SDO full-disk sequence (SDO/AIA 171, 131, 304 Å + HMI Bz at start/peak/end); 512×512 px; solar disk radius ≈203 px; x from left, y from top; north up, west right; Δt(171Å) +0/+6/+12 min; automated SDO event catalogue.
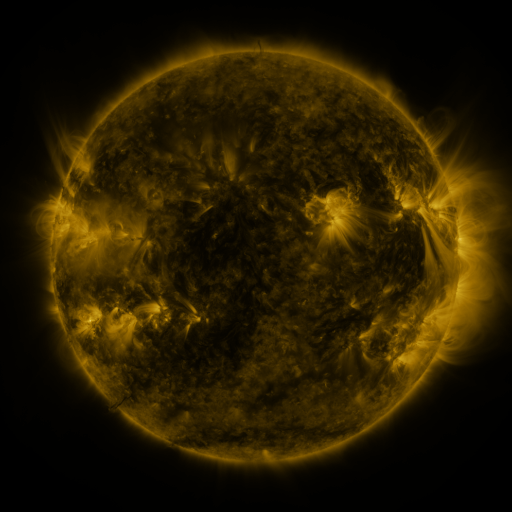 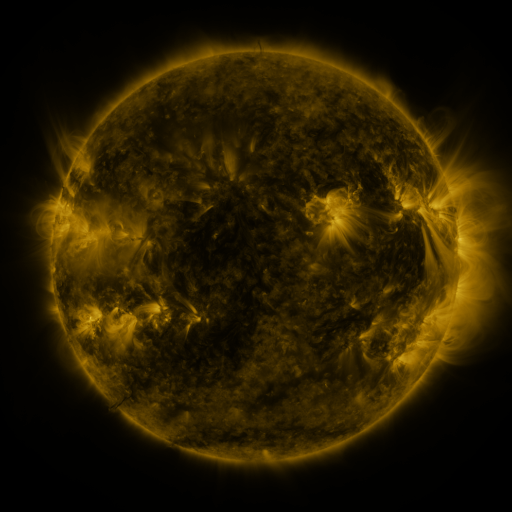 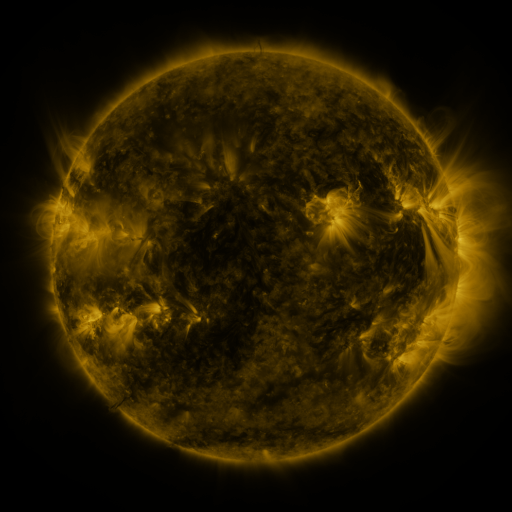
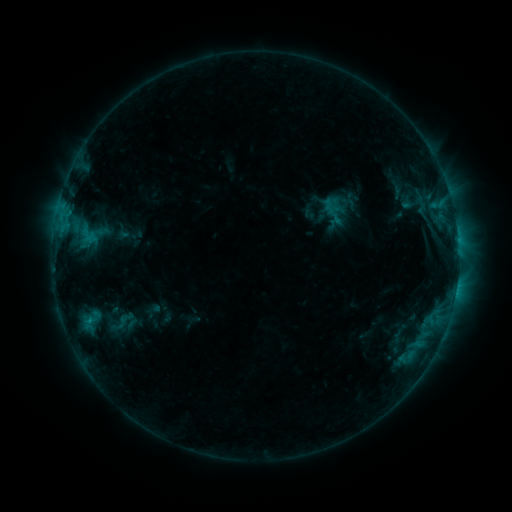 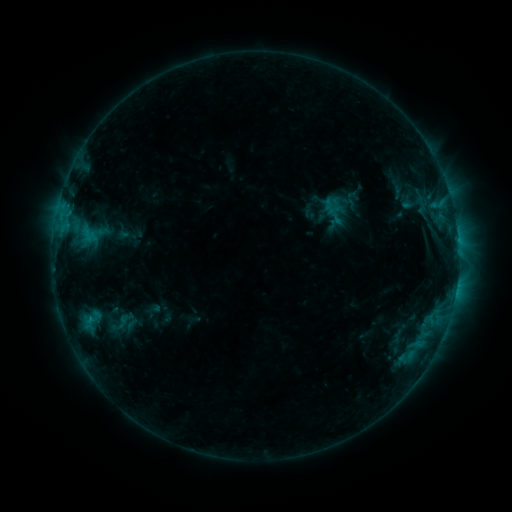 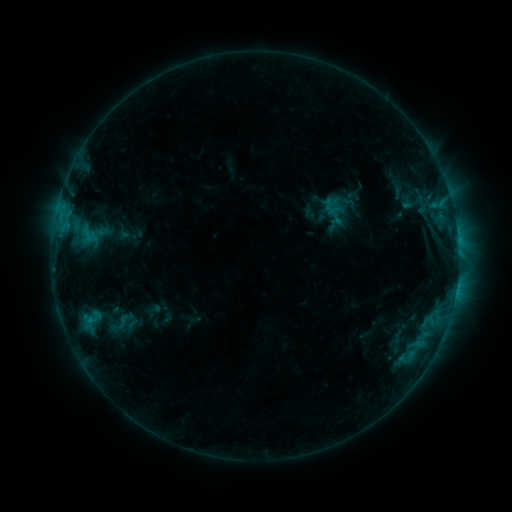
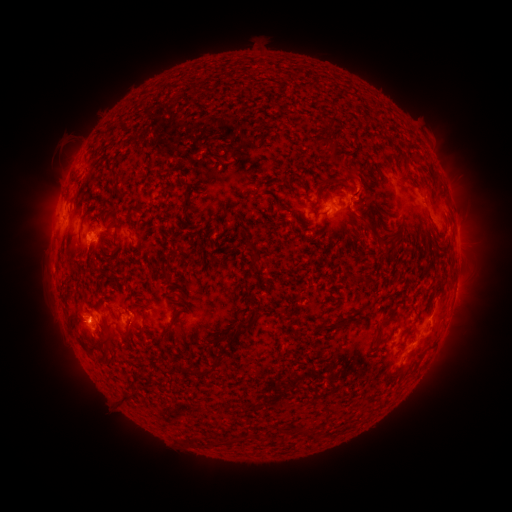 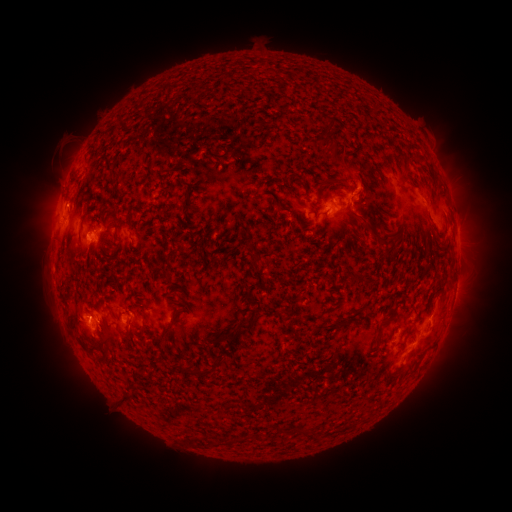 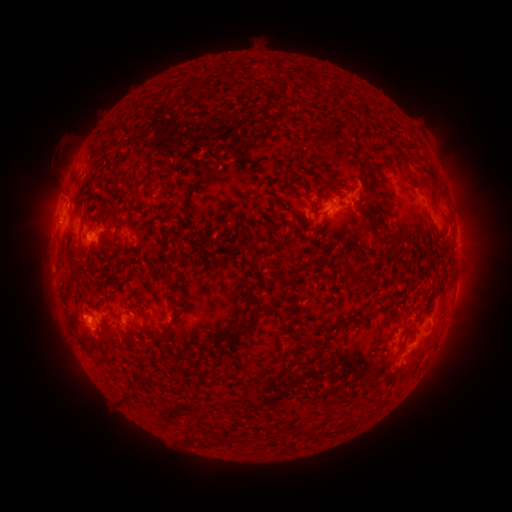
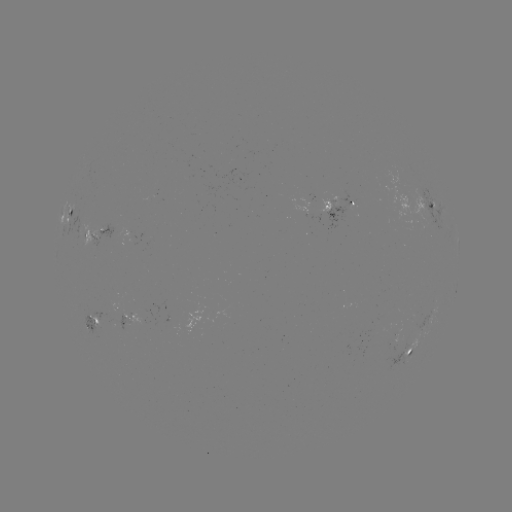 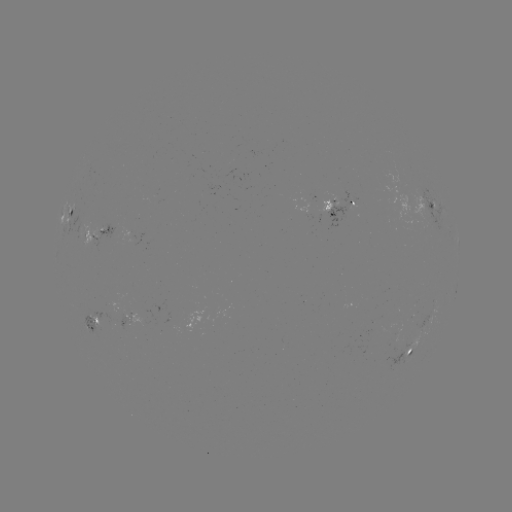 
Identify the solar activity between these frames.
eruption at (361, 180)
